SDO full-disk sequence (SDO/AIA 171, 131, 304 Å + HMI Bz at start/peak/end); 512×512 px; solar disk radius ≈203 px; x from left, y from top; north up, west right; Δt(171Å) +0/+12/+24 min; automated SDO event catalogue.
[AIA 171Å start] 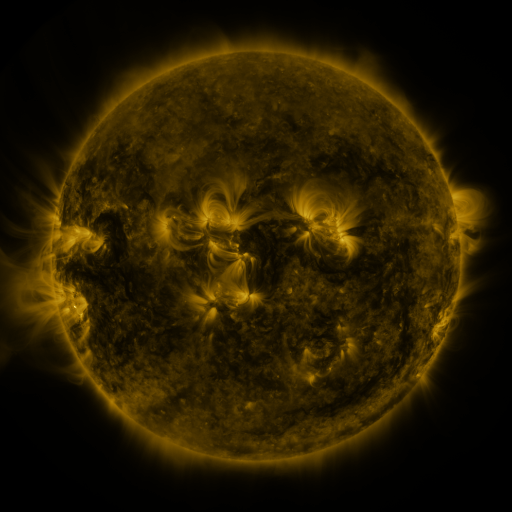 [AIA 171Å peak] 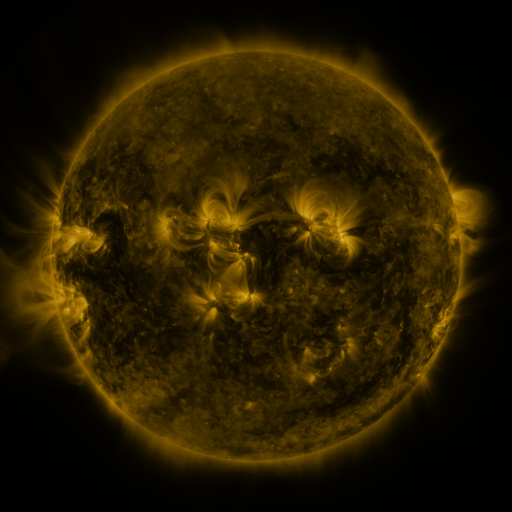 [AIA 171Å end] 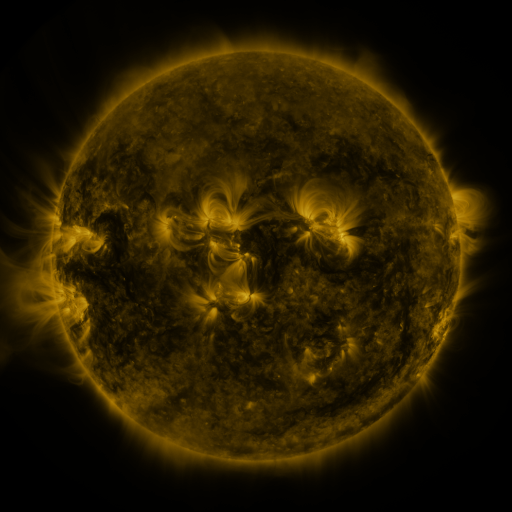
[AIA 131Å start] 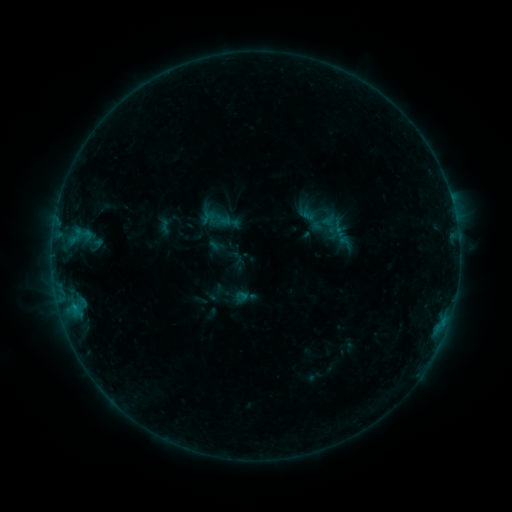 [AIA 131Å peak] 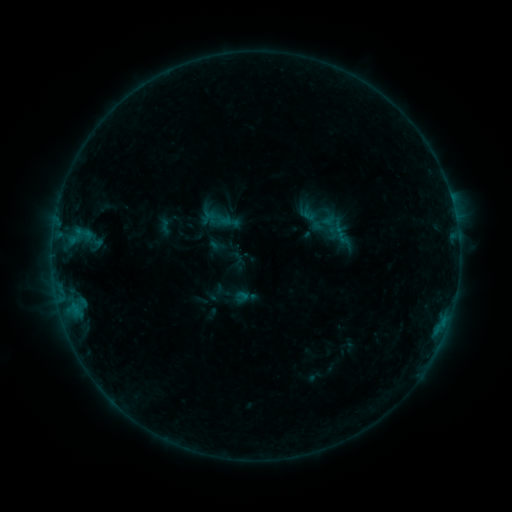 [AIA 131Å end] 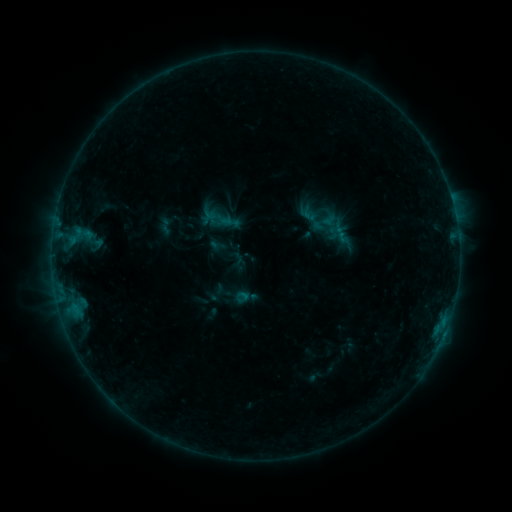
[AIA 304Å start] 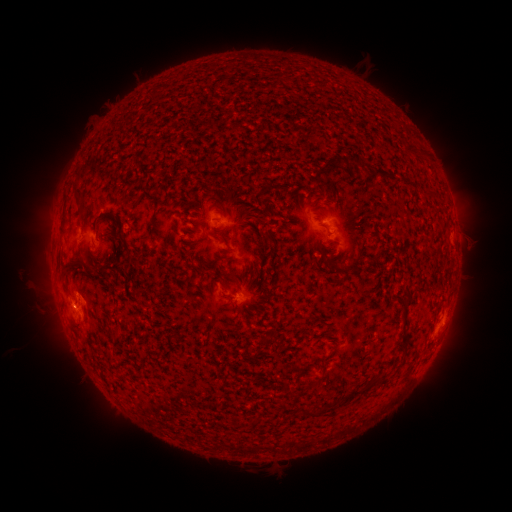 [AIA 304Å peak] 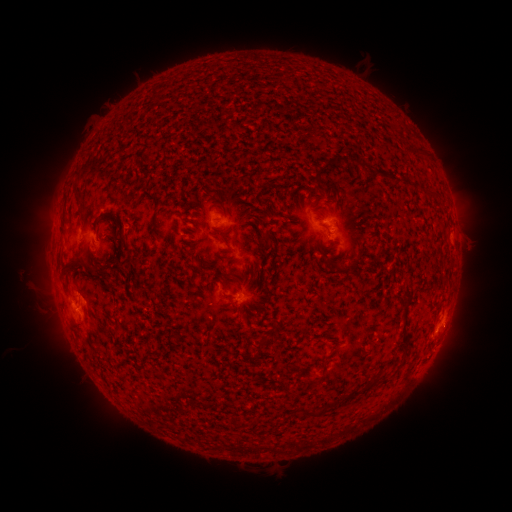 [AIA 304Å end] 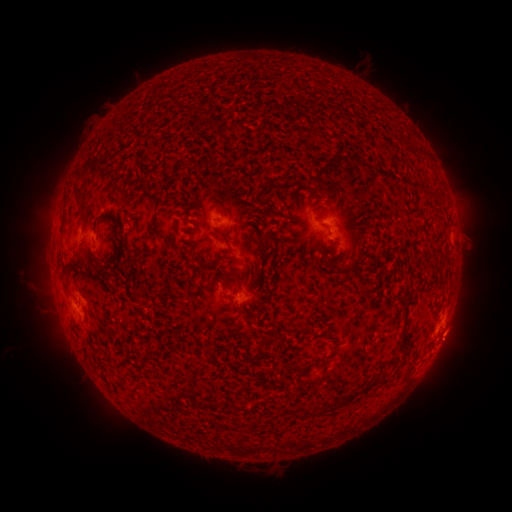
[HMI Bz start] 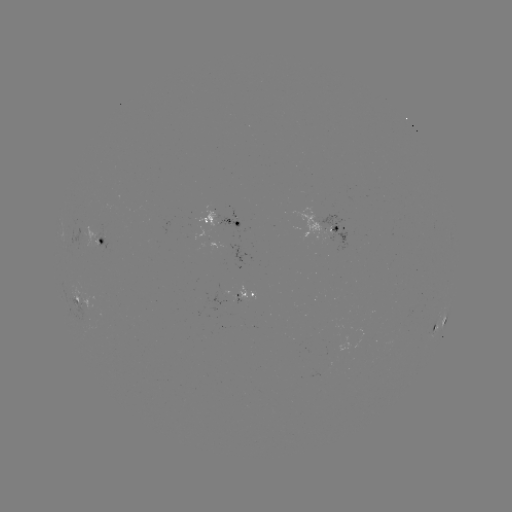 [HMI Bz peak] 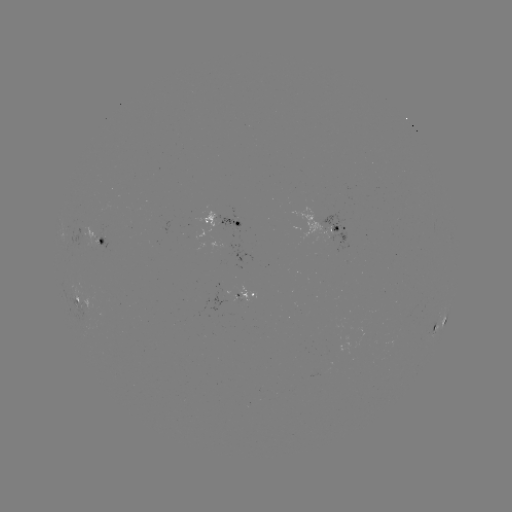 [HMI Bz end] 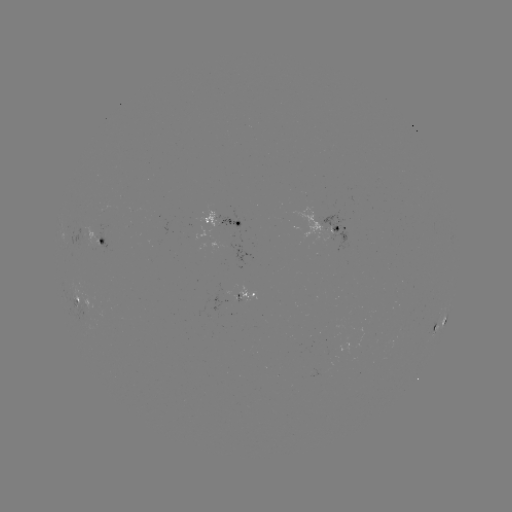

nothing was catalogued: no classed flare, no EUV trigger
